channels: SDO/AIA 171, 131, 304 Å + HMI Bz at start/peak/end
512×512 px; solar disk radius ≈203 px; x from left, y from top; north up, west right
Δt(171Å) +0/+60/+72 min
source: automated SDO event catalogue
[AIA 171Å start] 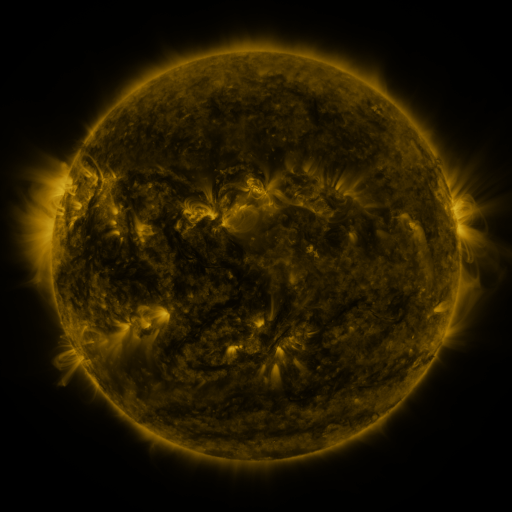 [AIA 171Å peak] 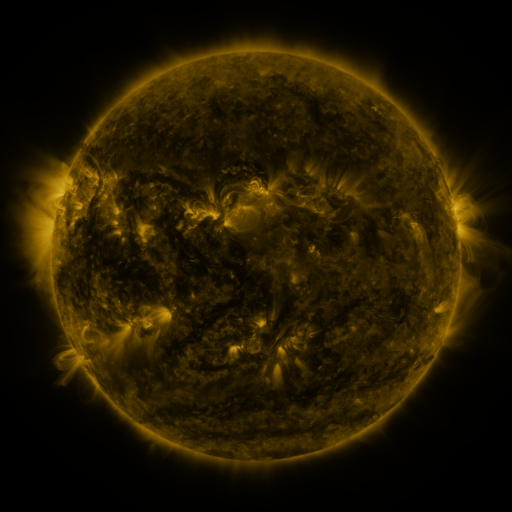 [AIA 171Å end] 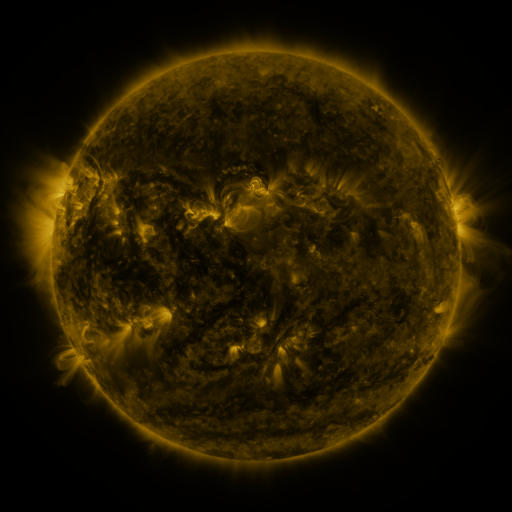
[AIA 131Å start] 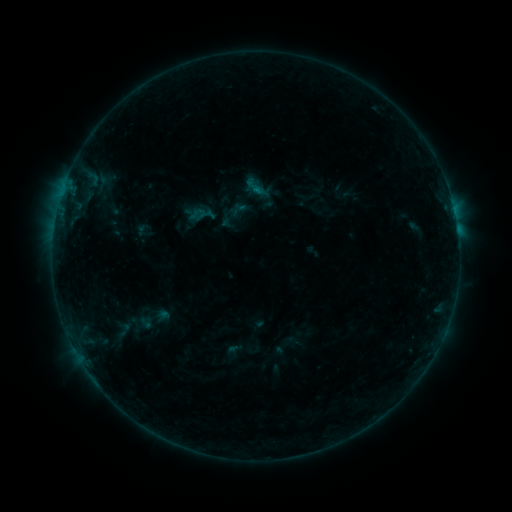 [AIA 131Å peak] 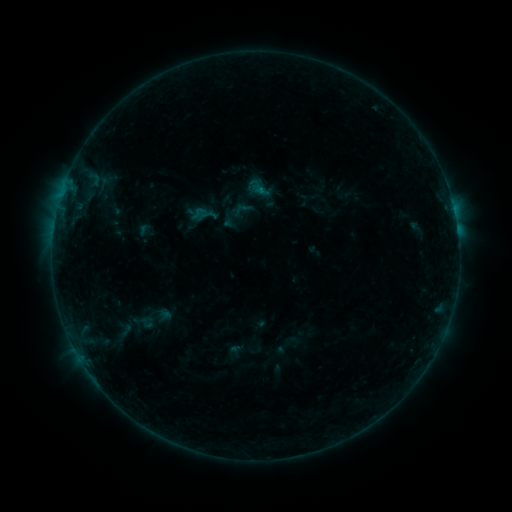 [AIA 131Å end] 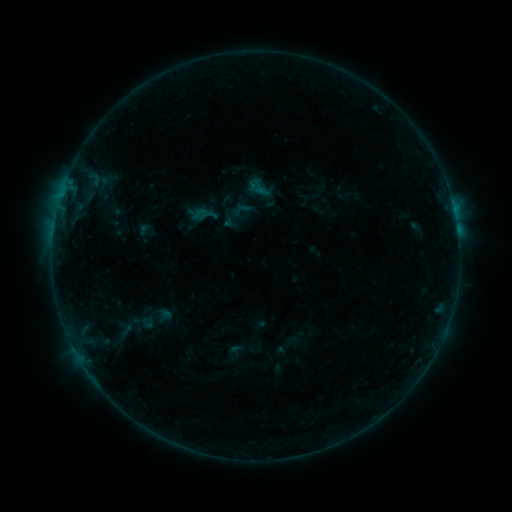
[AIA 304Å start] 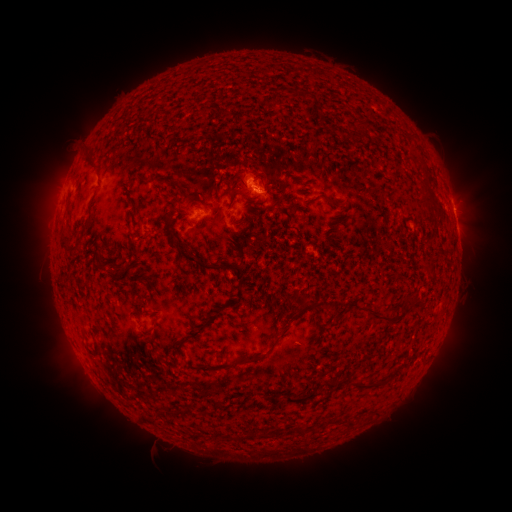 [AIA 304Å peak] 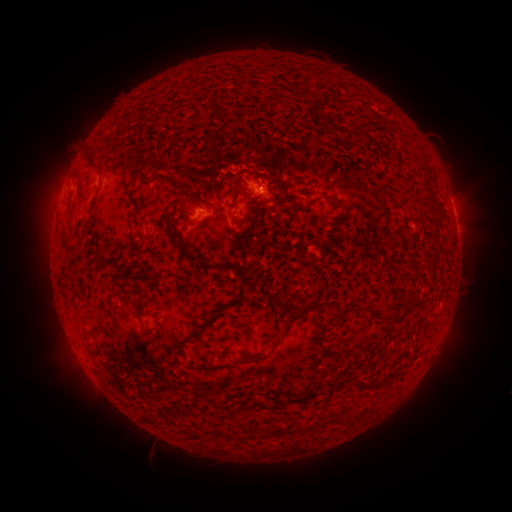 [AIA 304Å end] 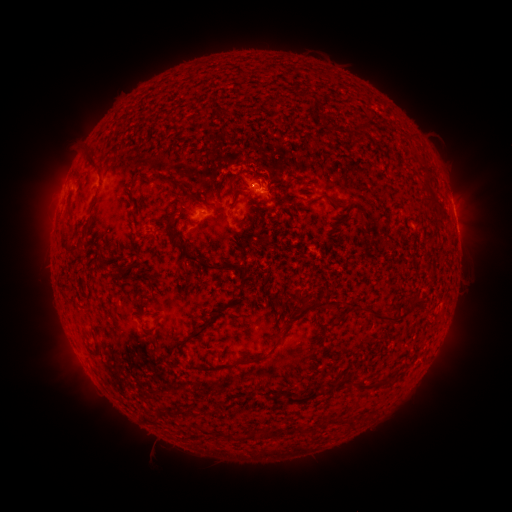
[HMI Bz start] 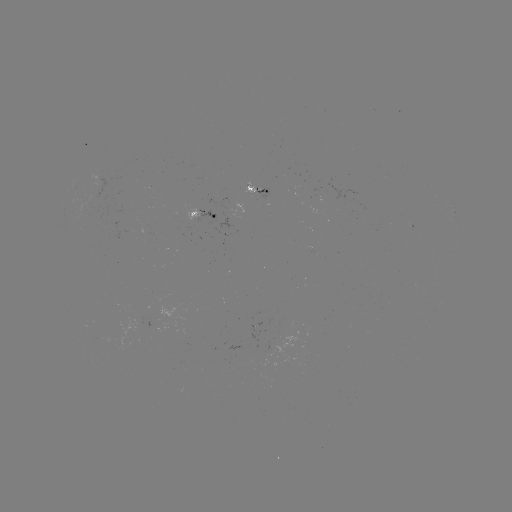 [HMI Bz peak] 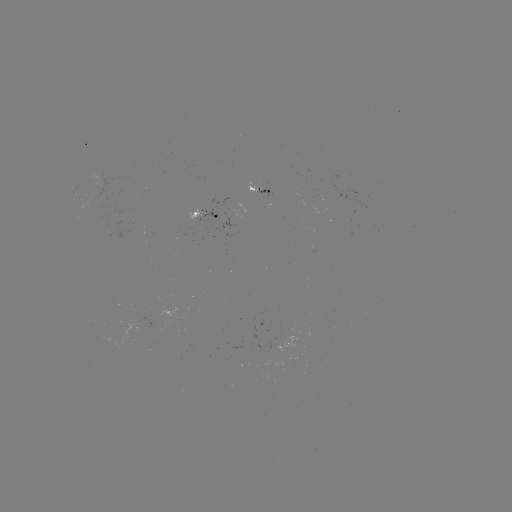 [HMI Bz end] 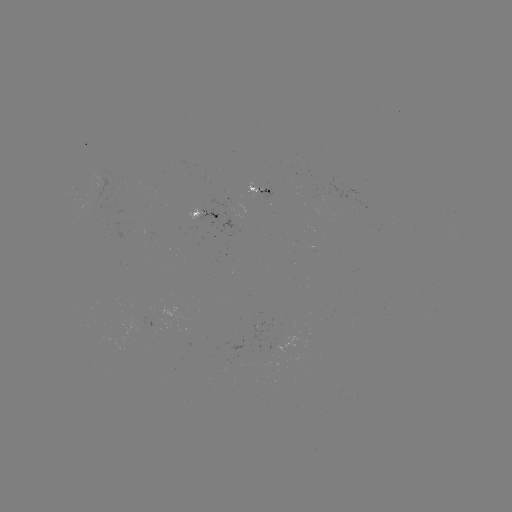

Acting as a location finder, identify emerging-flux region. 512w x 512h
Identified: (99, 190).